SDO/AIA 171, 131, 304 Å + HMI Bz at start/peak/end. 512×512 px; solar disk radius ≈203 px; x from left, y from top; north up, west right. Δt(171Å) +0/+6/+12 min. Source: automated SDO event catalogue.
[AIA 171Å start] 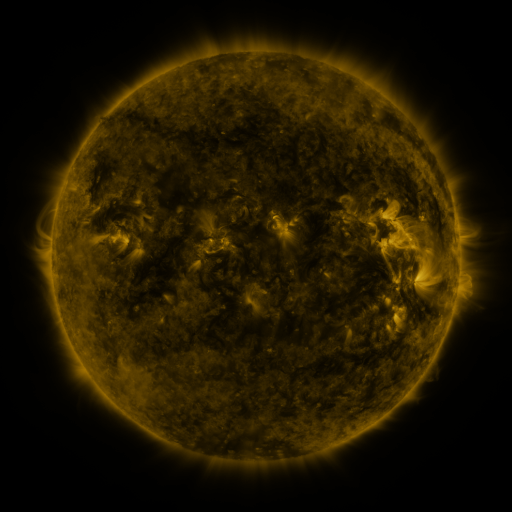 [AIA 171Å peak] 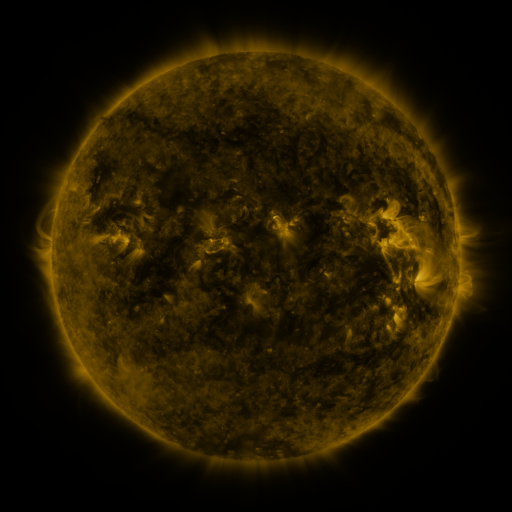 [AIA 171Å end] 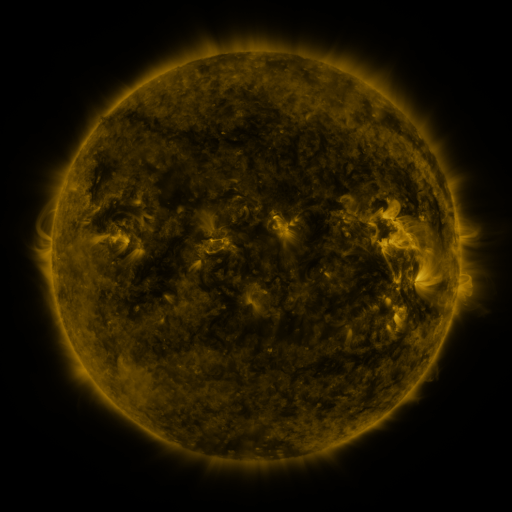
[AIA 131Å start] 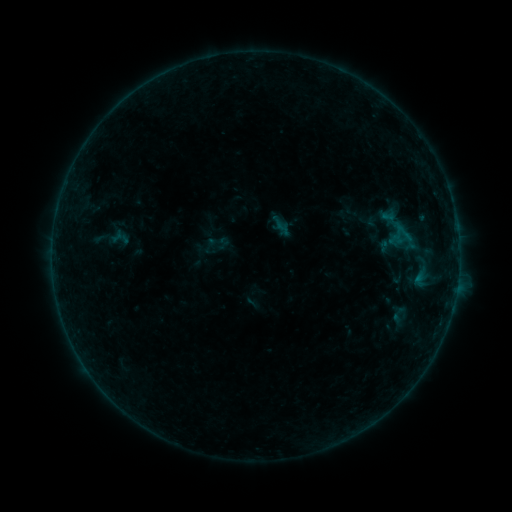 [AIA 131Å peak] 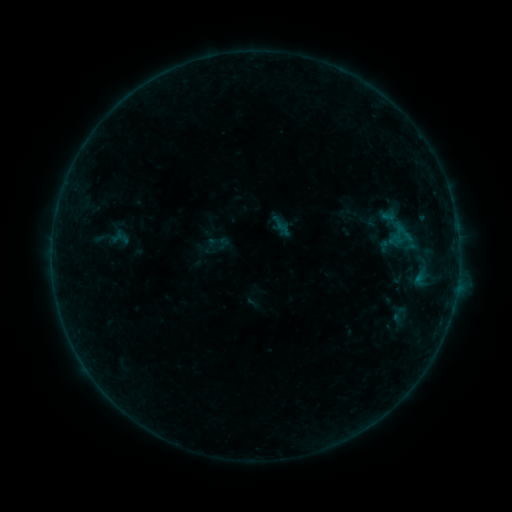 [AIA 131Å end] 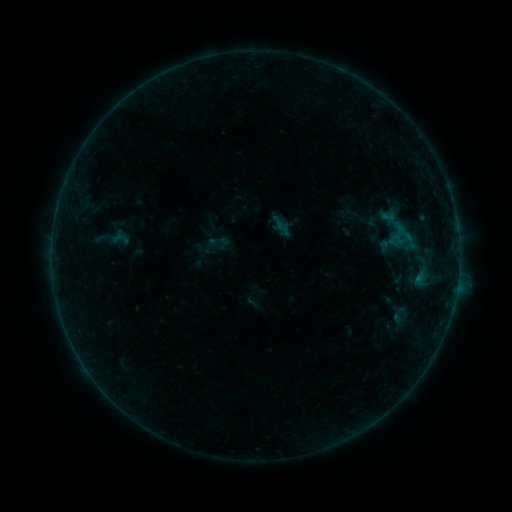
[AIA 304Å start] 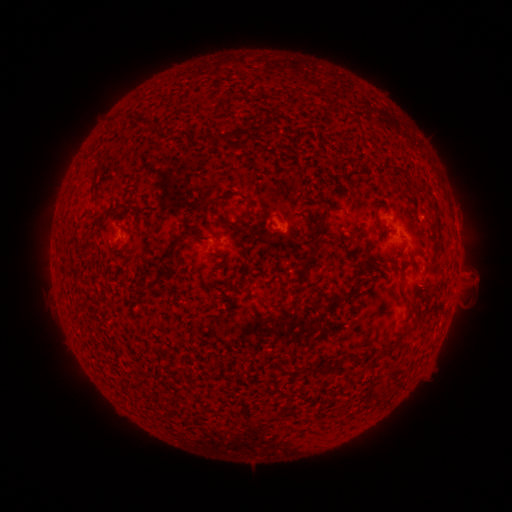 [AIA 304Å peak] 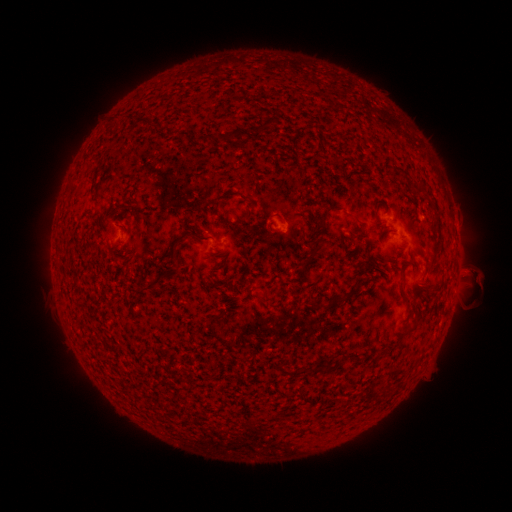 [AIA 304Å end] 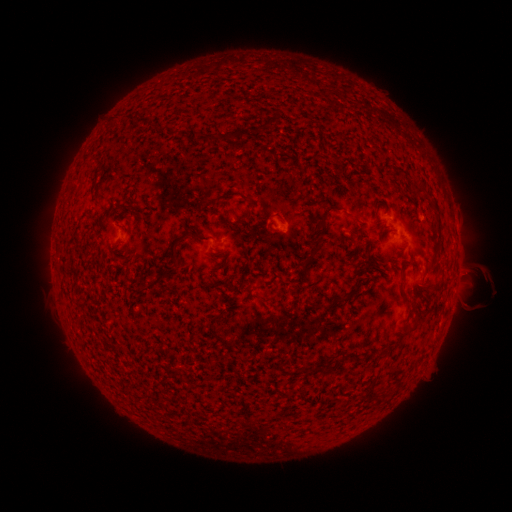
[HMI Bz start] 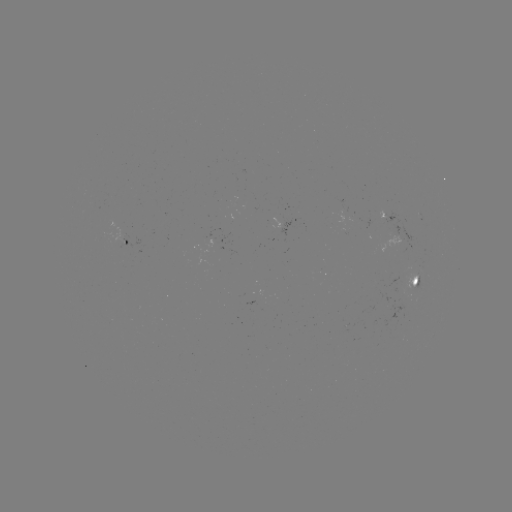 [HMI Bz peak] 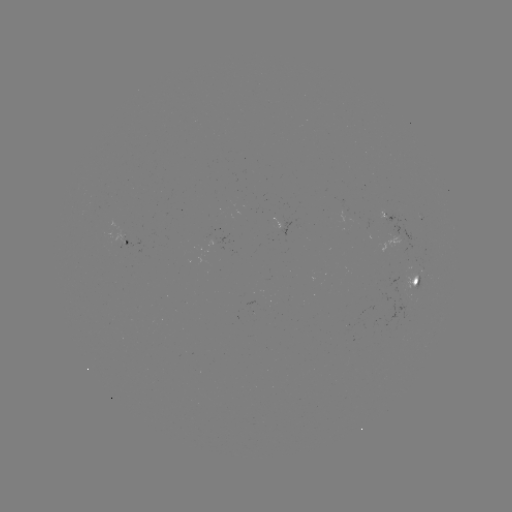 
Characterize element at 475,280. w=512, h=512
eruption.